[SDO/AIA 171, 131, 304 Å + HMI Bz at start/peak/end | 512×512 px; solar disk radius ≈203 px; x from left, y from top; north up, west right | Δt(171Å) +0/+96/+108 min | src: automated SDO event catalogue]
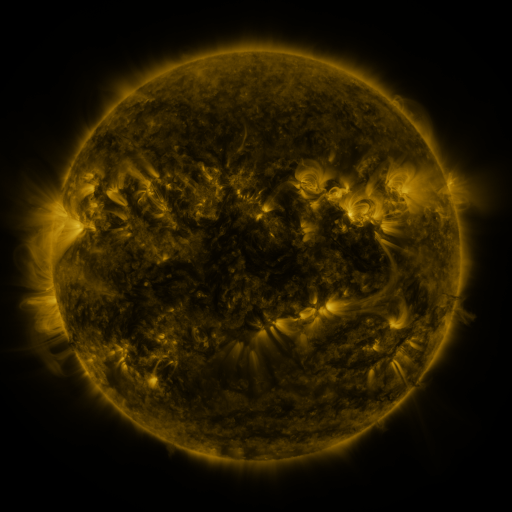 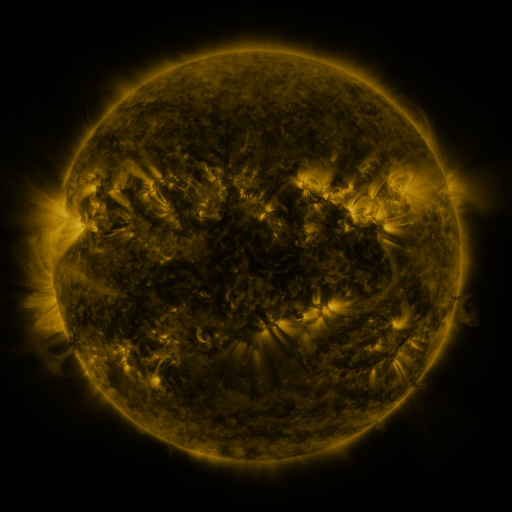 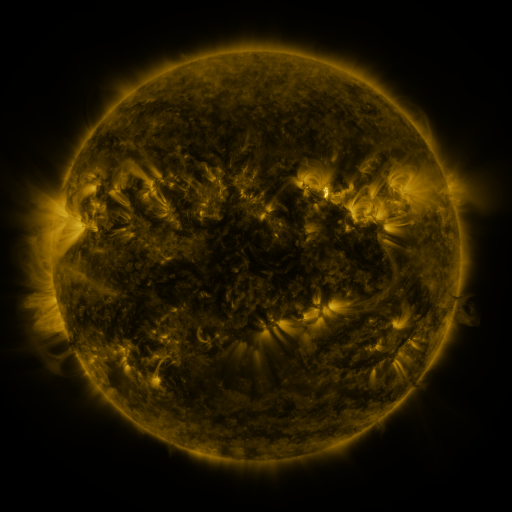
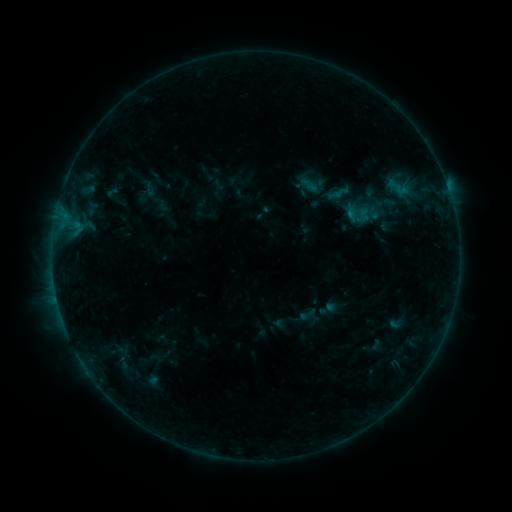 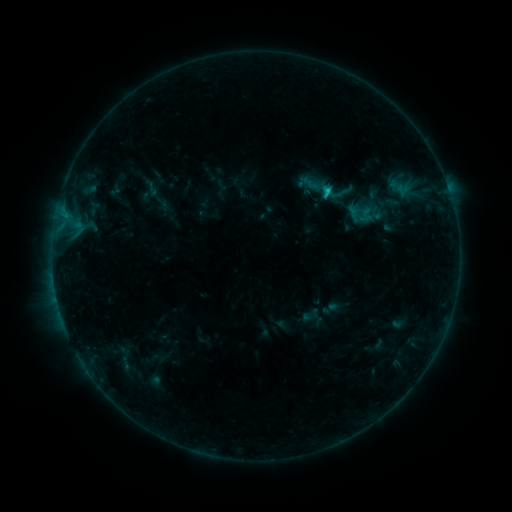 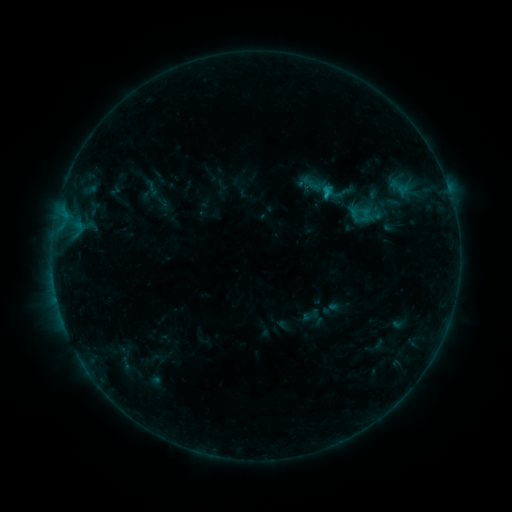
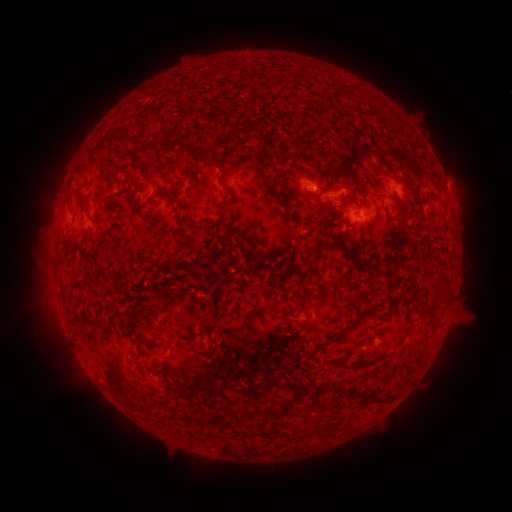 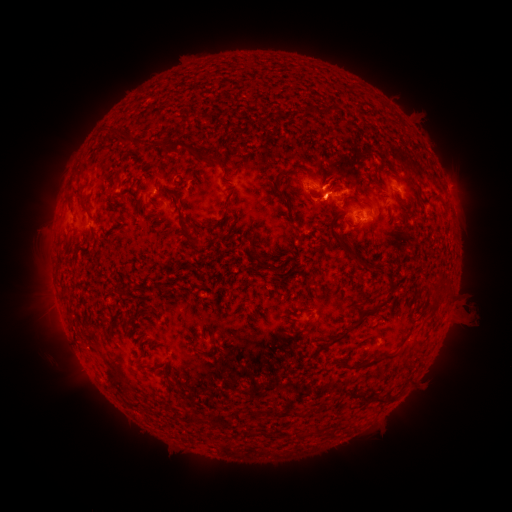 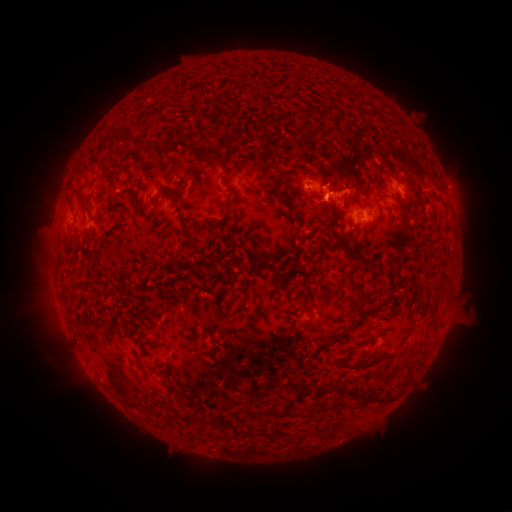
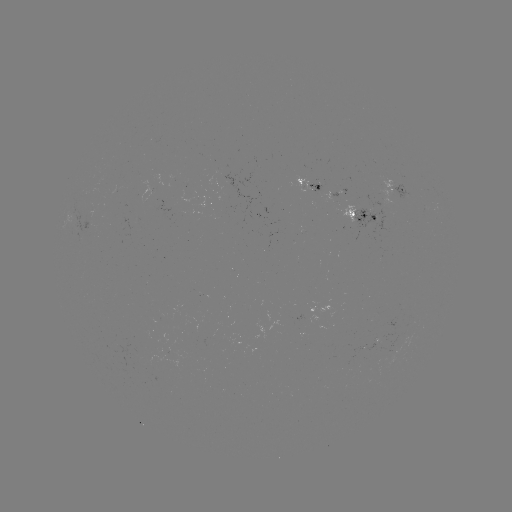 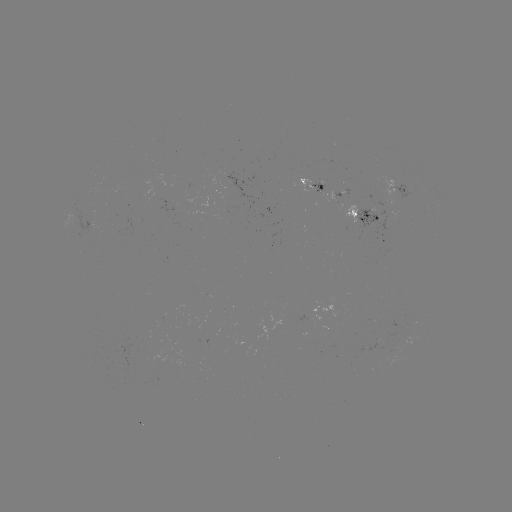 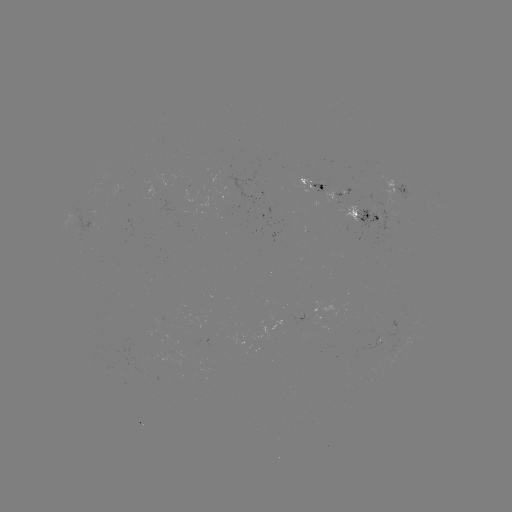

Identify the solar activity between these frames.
emerging-flux region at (91, 227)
